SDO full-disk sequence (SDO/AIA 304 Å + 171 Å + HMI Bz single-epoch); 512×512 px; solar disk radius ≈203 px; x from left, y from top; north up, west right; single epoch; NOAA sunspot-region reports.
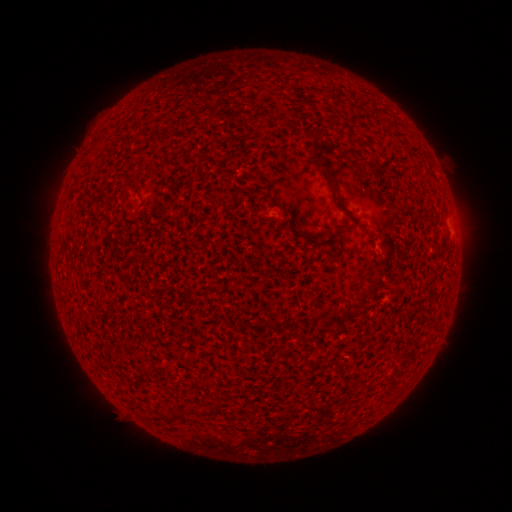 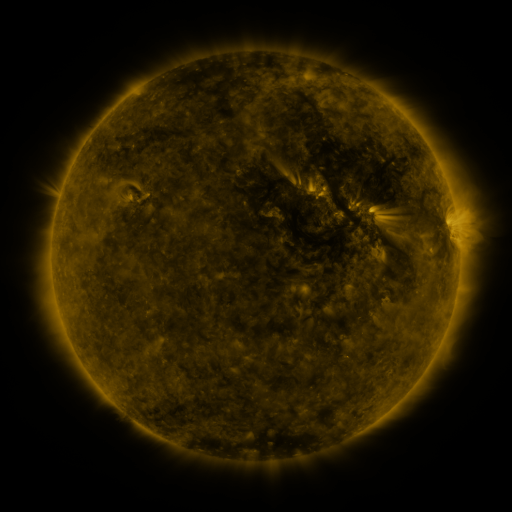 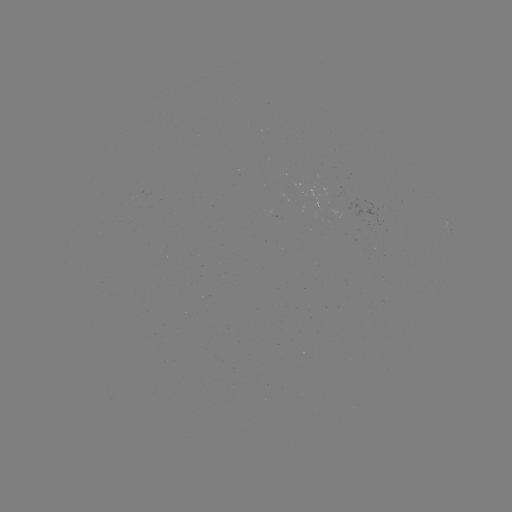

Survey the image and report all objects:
(none)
